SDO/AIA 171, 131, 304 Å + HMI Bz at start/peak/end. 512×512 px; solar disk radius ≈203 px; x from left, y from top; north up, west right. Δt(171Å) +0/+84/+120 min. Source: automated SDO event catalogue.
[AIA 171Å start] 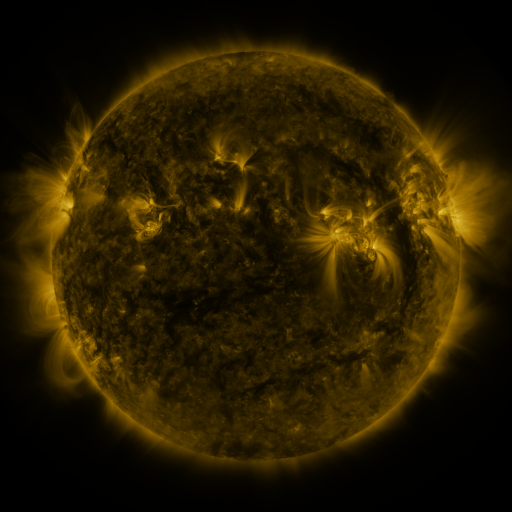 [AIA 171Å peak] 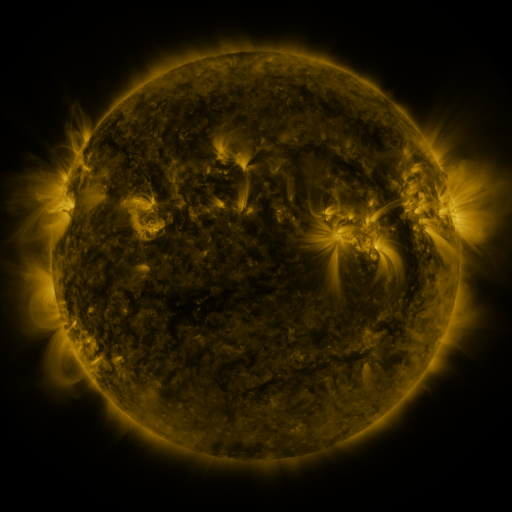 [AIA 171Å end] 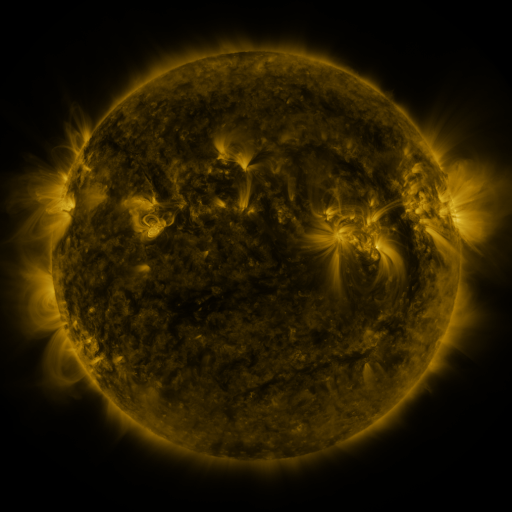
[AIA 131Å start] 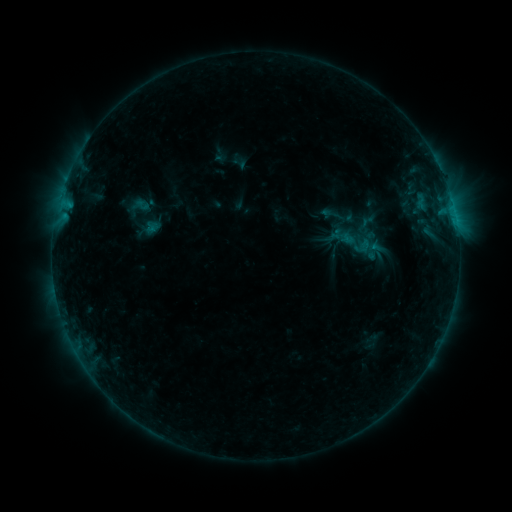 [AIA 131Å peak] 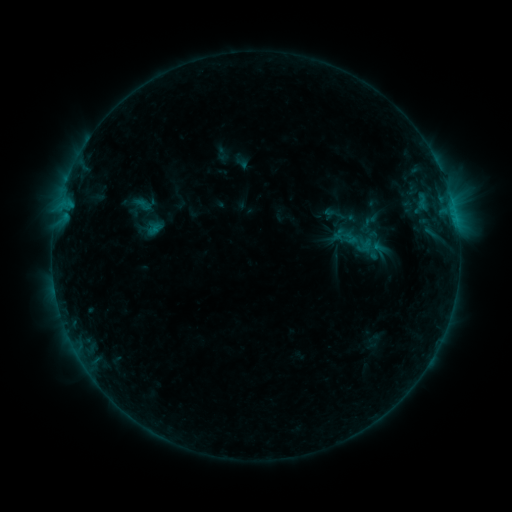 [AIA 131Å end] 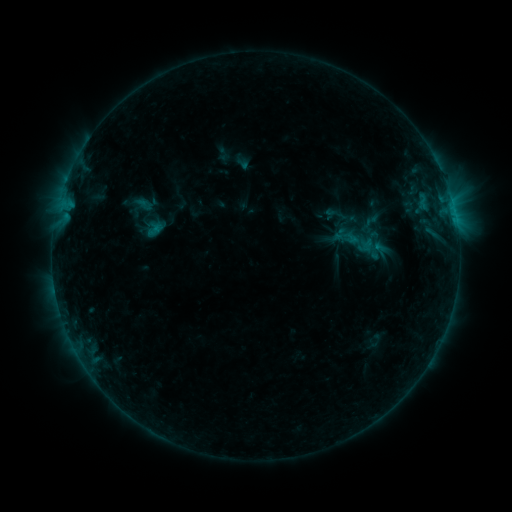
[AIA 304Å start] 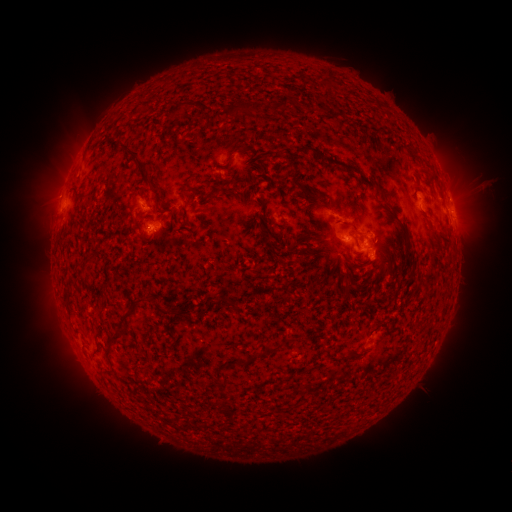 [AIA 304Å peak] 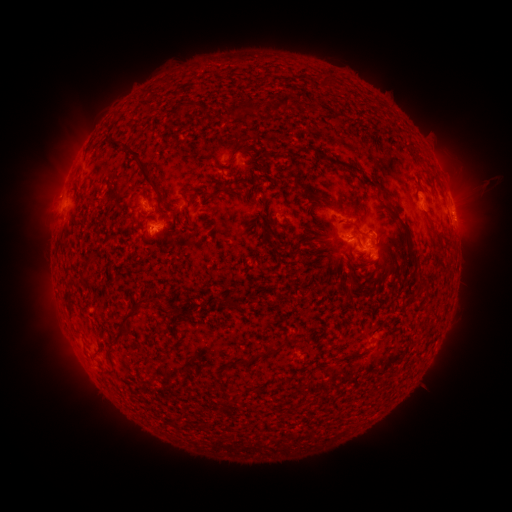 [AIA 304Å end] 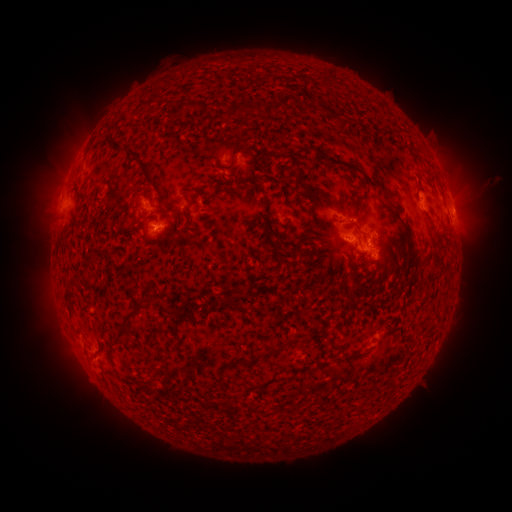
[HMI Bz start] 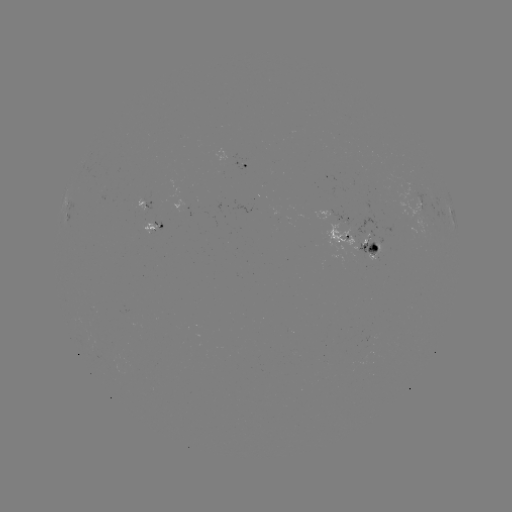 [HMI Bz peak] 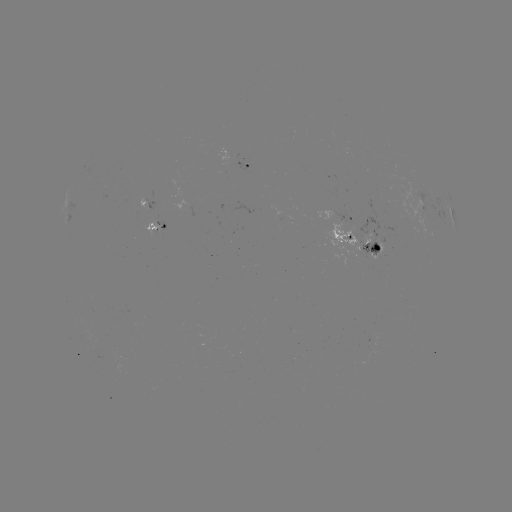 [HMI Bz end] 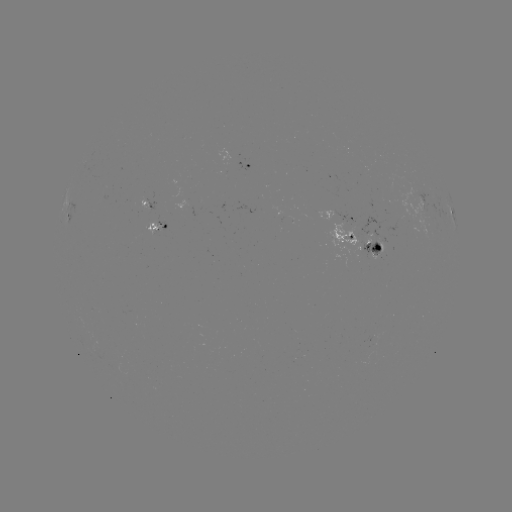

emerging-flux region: <bbox>279, 217, 292, 220</bbox>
